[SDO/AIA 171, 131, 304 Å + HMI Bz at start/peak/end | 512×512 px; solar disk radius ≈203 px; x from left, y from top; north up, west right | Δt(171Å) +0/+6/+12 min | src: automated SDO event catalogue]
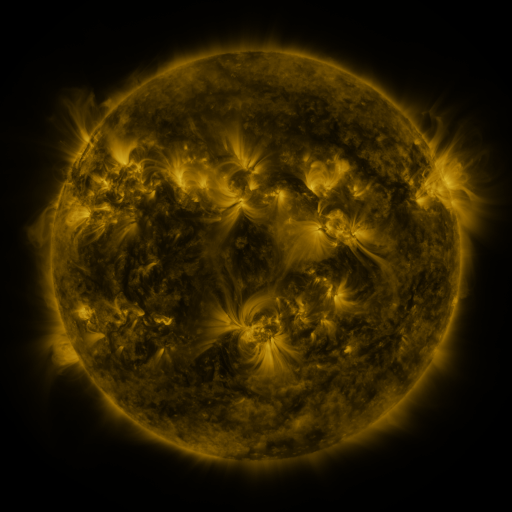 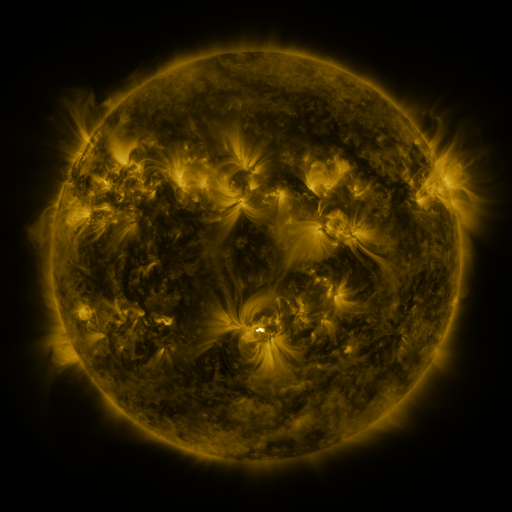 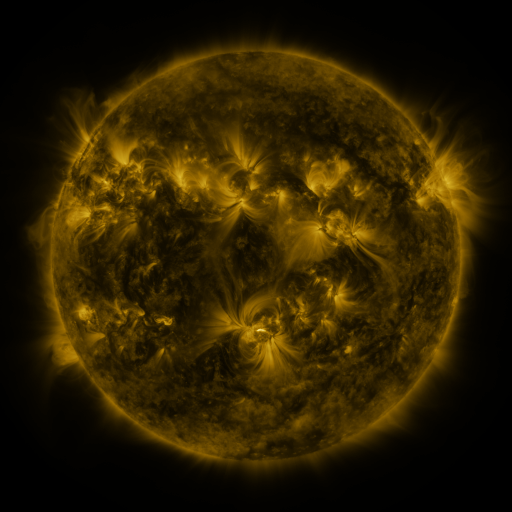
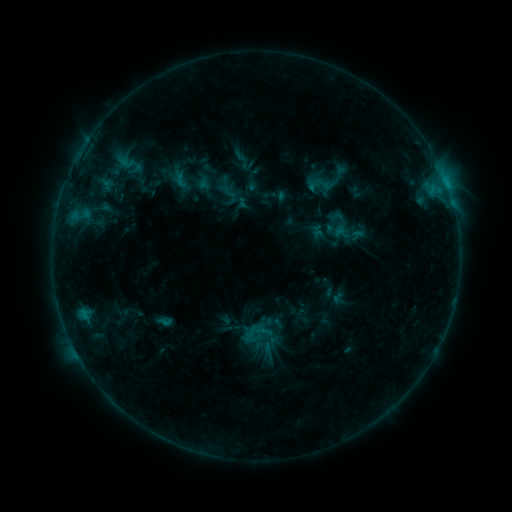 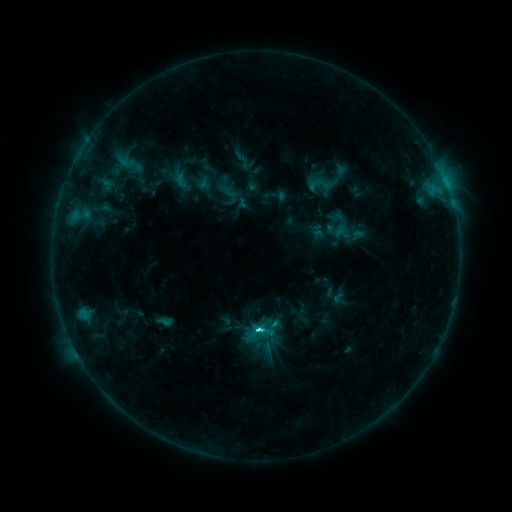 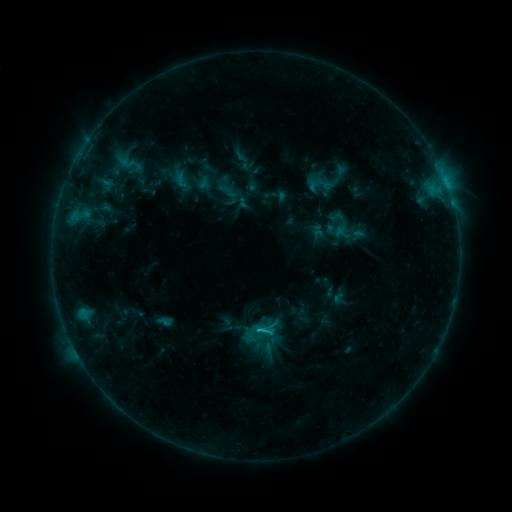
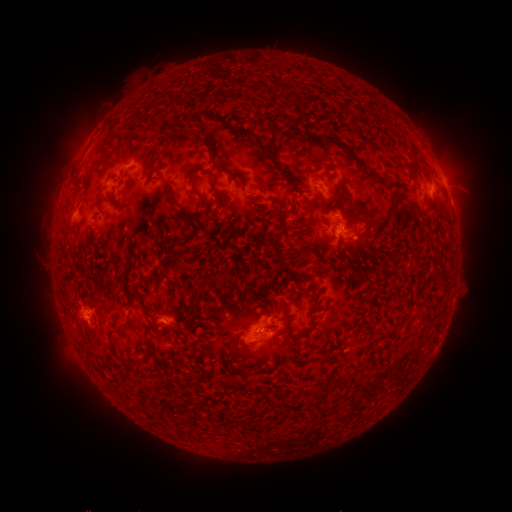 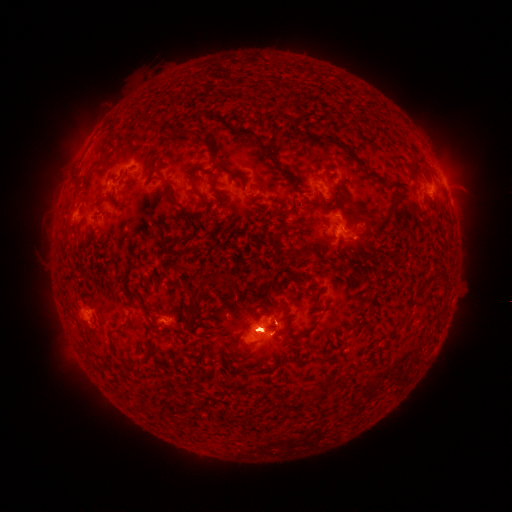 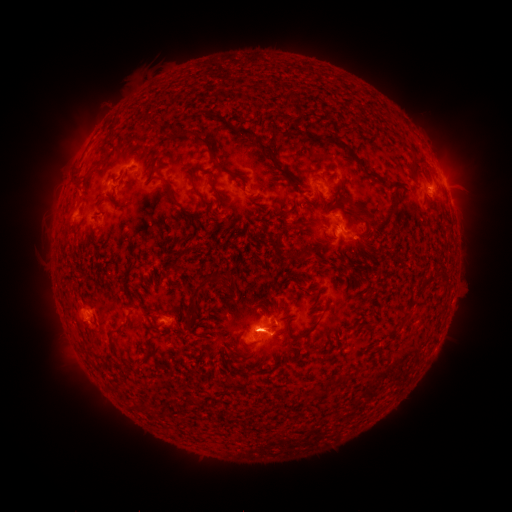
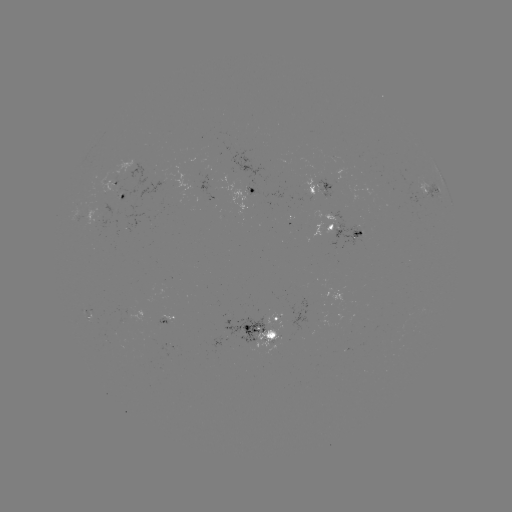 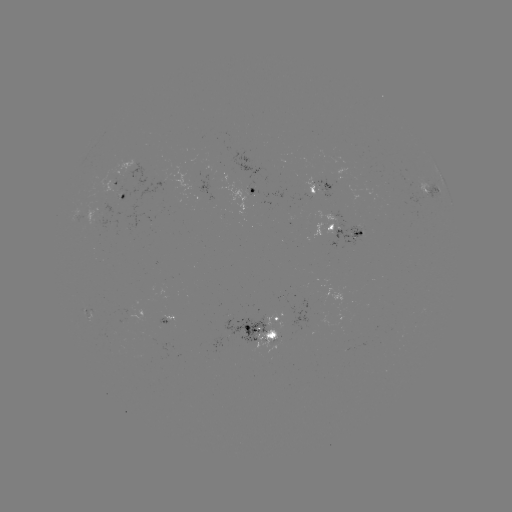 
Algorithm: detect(C4.7 flare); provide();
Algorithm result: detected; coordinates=[256, 326]